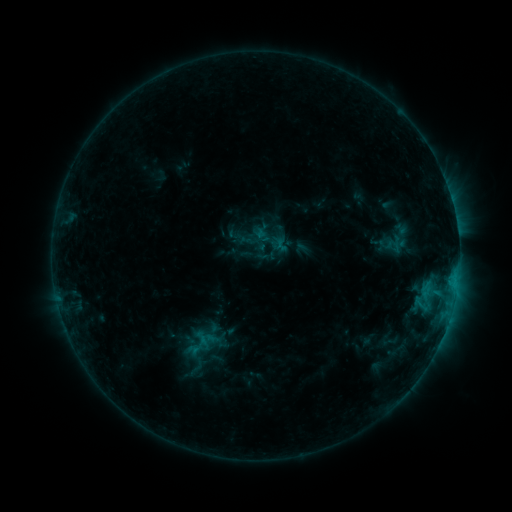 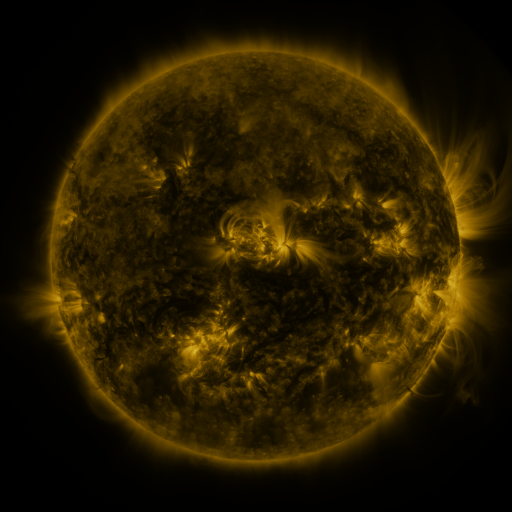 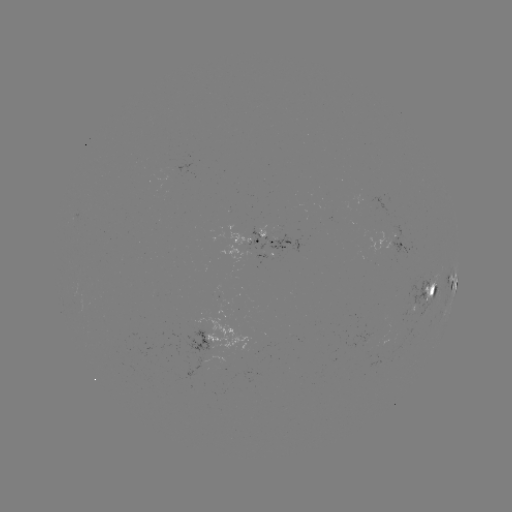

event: sigmoid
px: (268, 237)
